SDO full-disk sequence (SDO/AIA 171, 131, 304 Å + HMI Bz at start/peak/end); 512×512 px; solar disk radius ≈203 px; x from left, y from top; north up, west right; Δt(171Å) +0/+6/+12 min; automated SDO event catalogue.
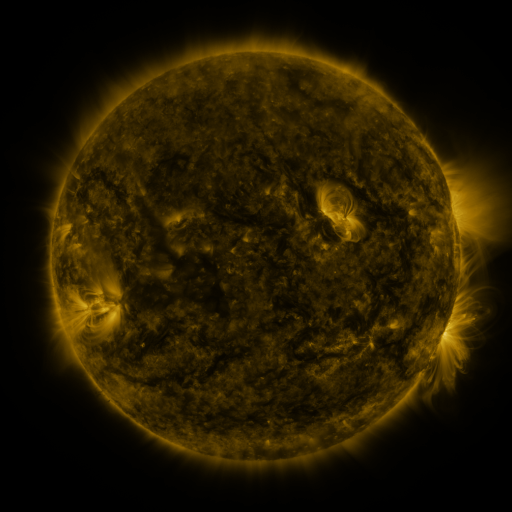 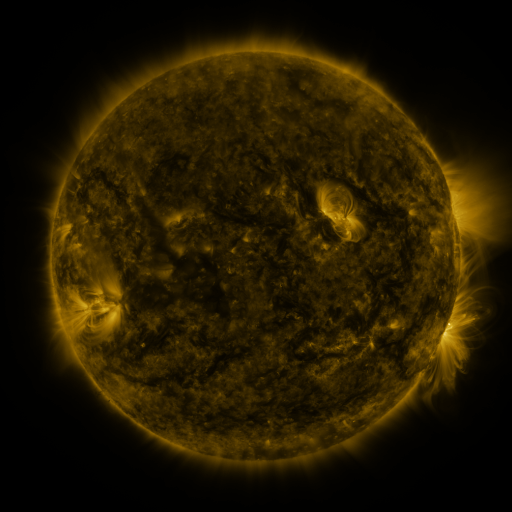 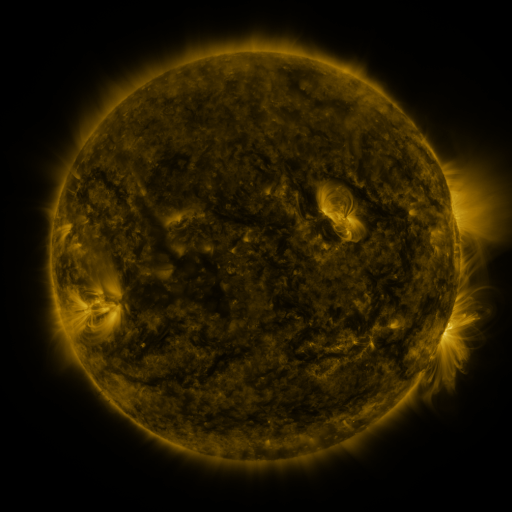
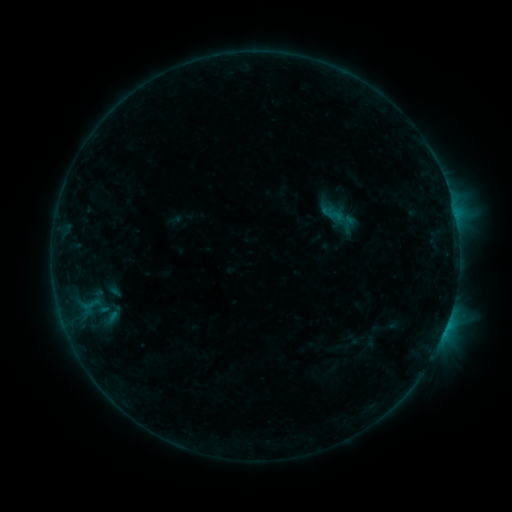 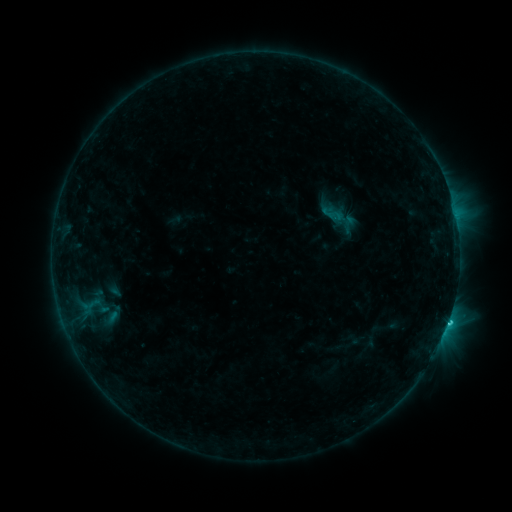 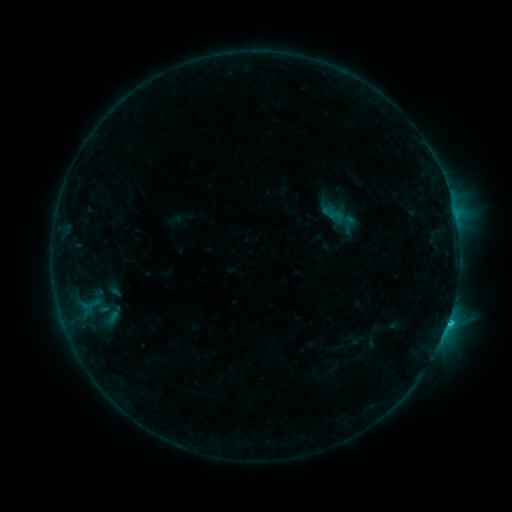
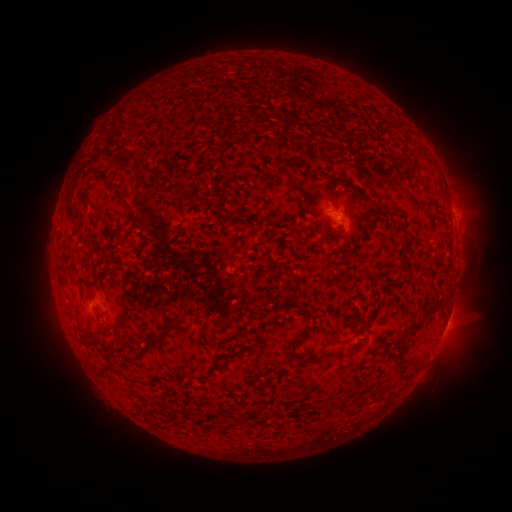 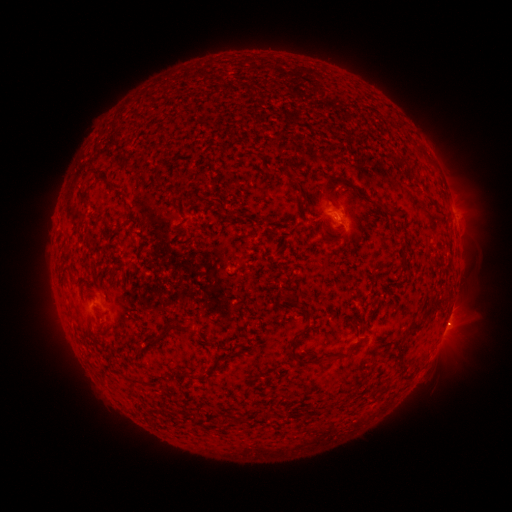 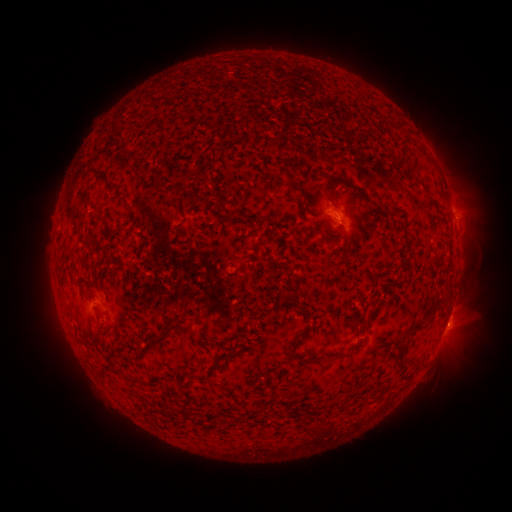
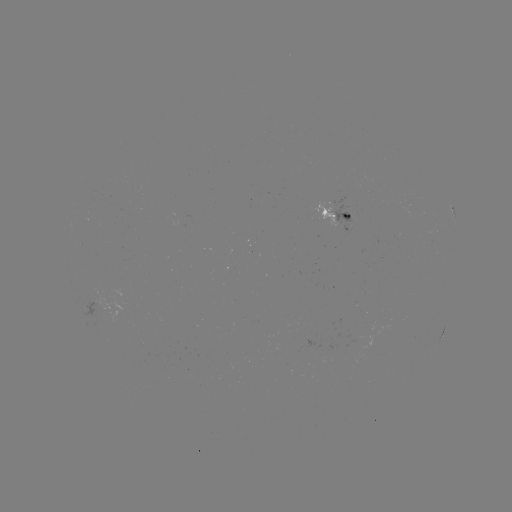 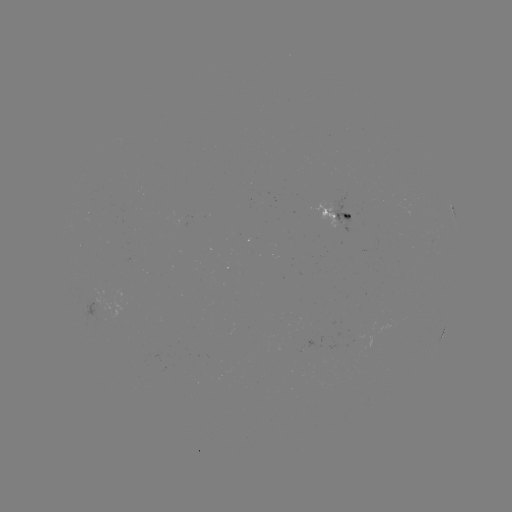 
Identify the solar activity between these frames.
C1.1 flare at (446, 319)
